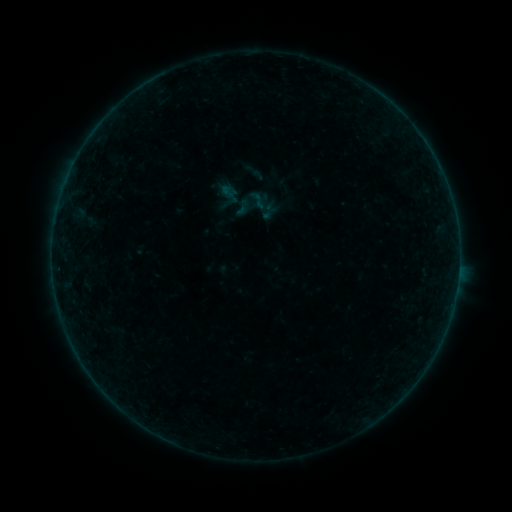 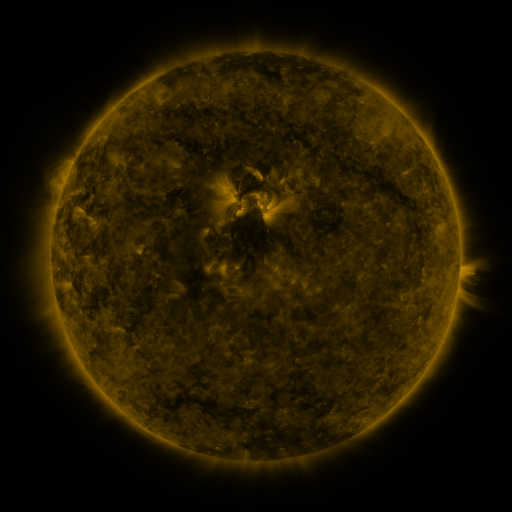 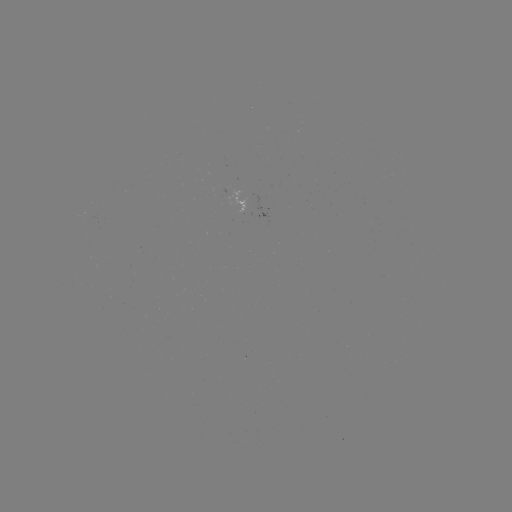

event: sigmoid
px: (258, 200)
